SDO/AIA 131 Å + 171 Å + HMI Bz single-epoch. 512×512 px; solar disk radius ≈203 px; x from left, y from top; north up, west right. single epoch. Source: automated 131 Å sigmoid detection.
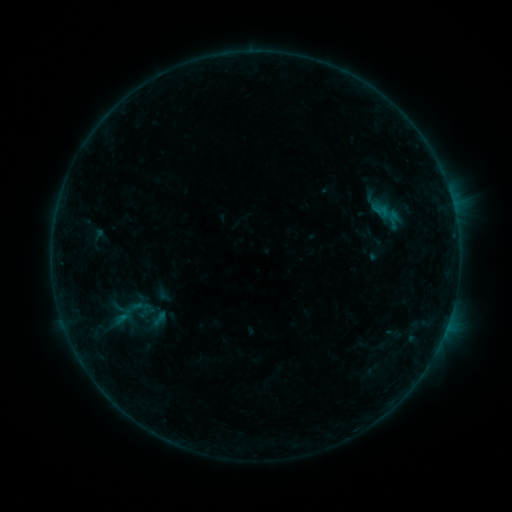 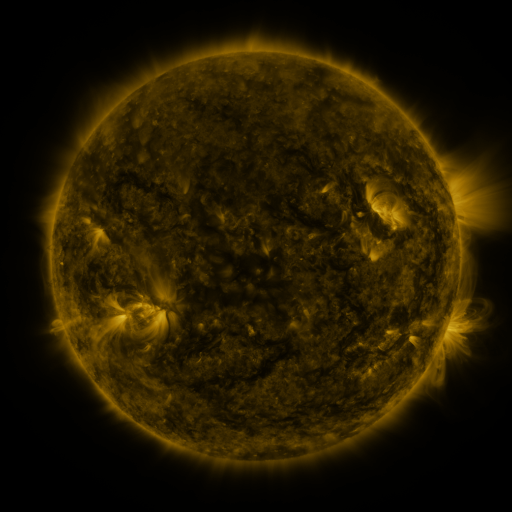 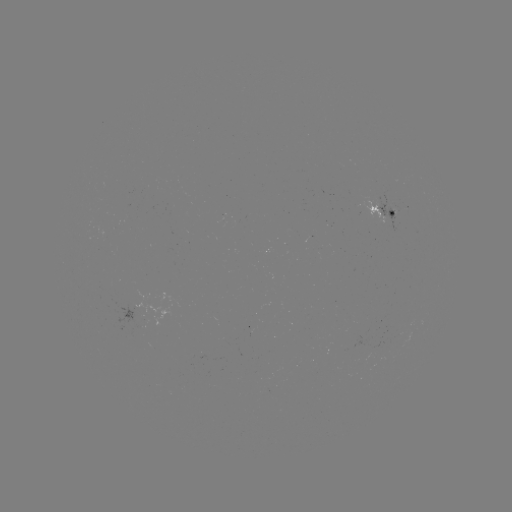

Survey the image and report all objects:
sigmoid: [121, 293, 150, 321]
